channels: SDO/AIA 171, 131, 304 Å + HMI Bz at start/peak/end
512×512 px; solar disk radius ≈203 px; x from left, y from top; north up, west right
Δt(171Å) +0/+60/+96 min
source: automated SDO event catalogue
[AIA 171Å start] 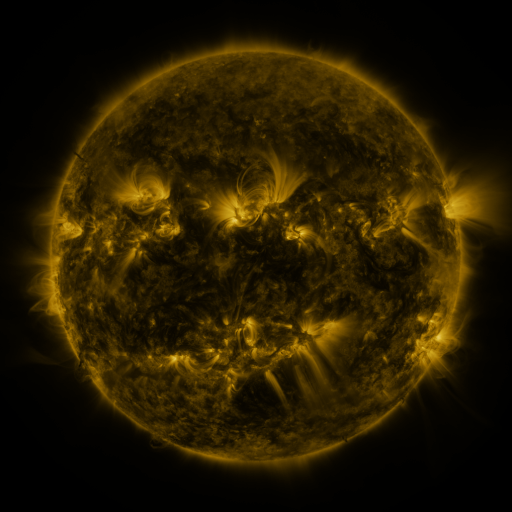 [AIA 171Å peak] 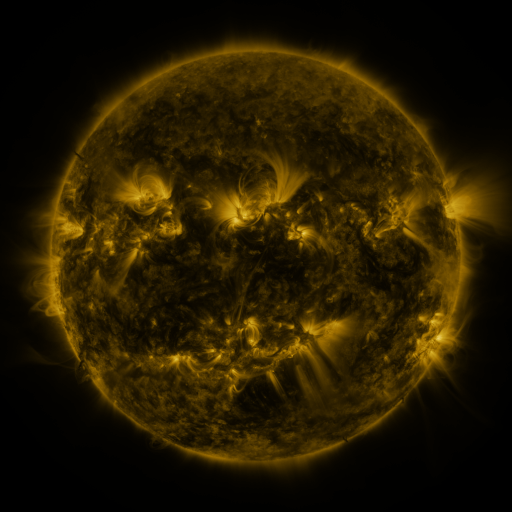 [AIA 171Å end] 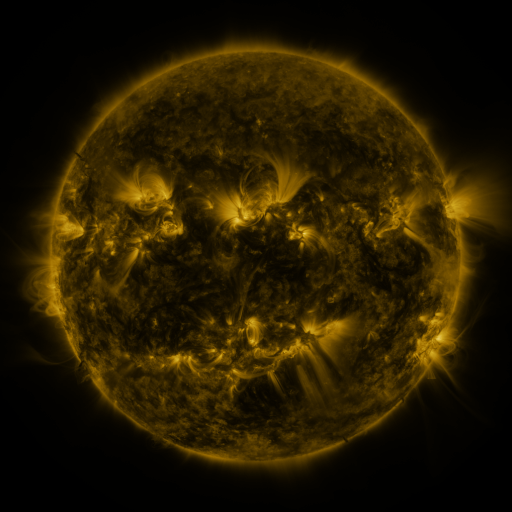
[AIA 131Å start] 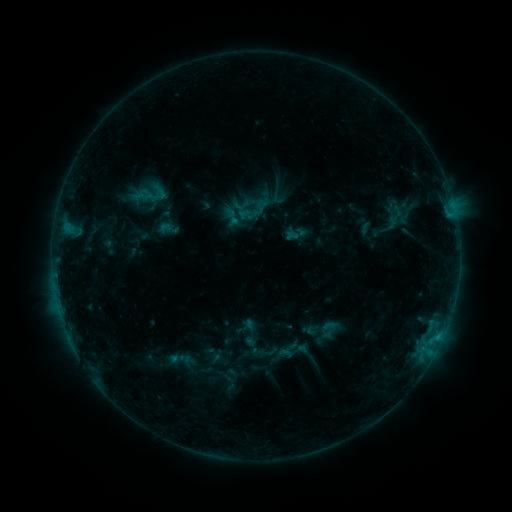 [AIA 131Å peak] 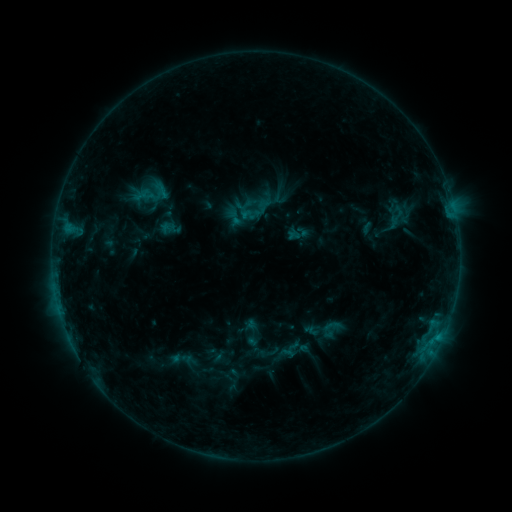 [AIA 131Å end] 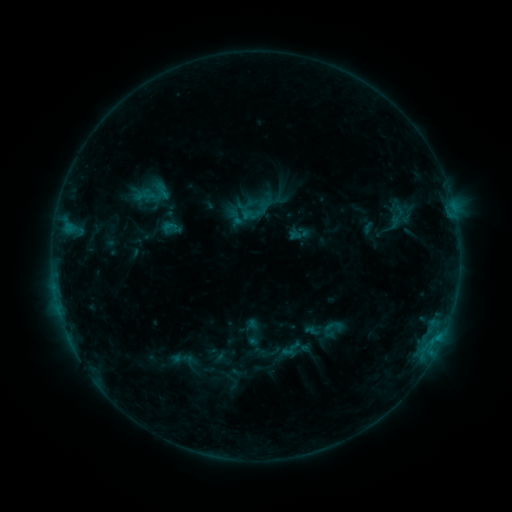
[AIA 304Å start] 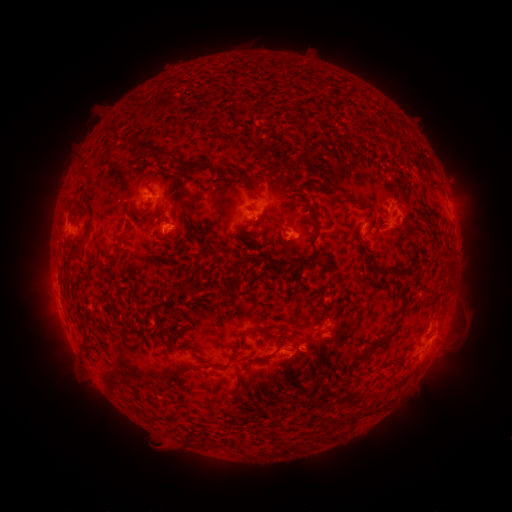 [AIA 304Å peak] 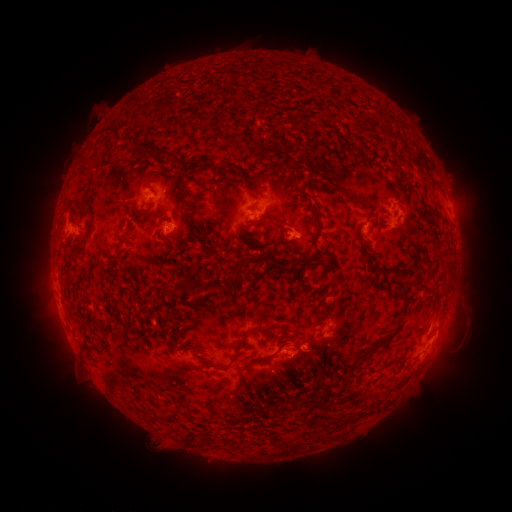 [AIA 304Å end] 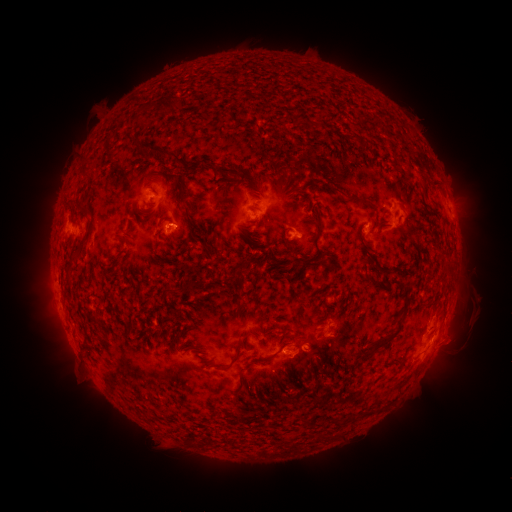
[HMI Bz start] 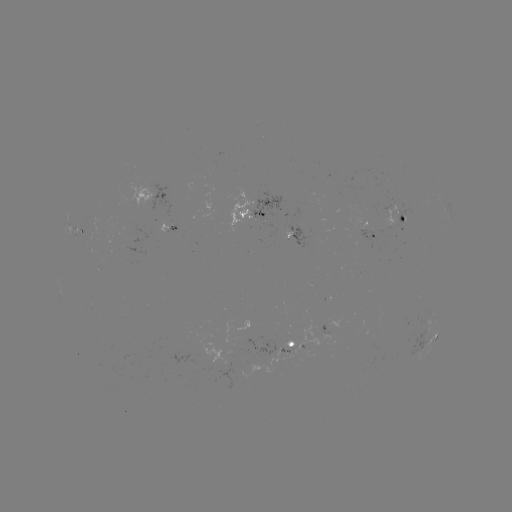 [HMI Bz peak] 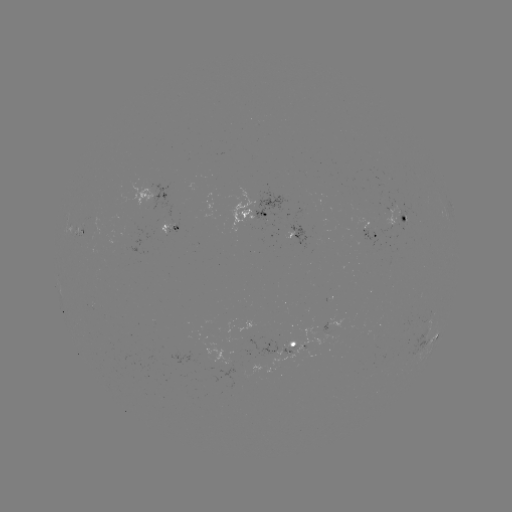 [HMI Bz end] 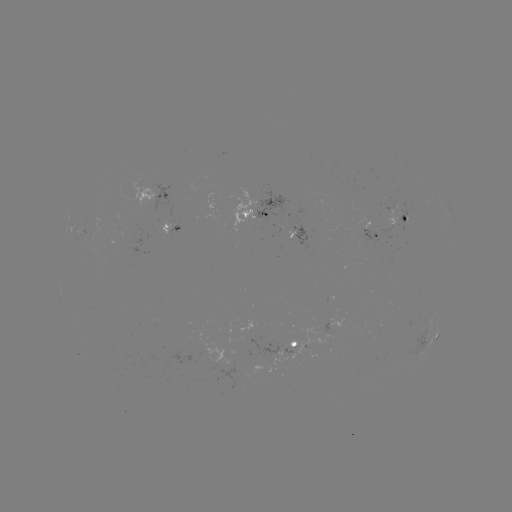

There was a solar emerging-flux region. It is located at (267, 213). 